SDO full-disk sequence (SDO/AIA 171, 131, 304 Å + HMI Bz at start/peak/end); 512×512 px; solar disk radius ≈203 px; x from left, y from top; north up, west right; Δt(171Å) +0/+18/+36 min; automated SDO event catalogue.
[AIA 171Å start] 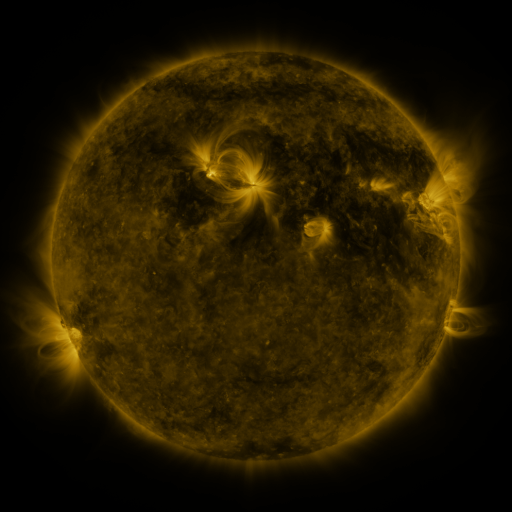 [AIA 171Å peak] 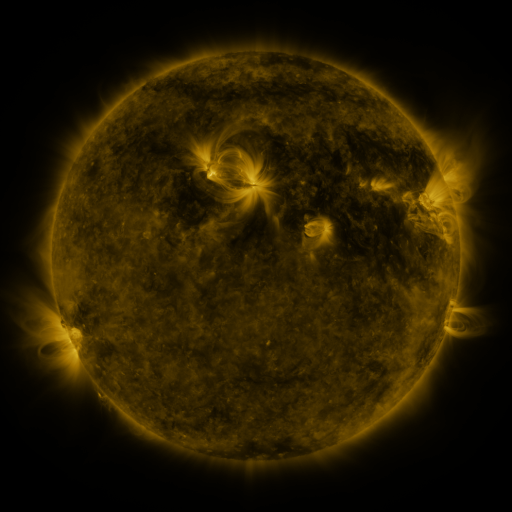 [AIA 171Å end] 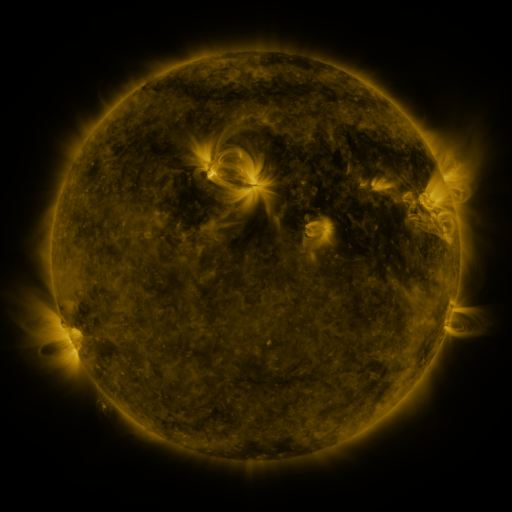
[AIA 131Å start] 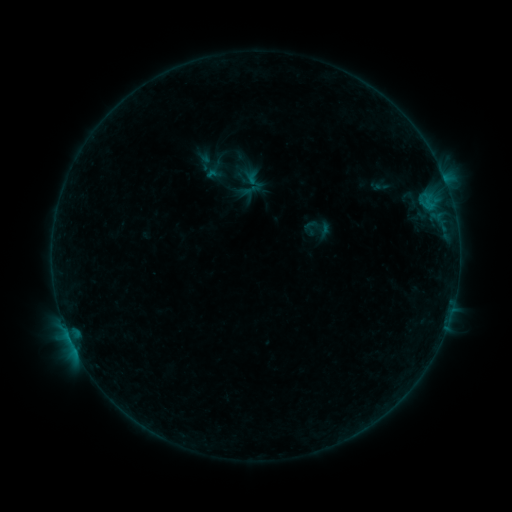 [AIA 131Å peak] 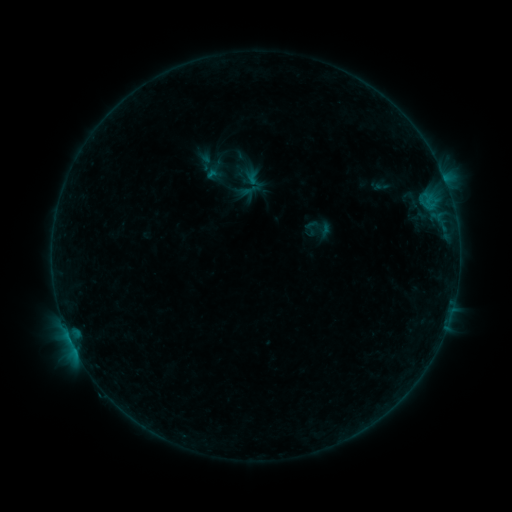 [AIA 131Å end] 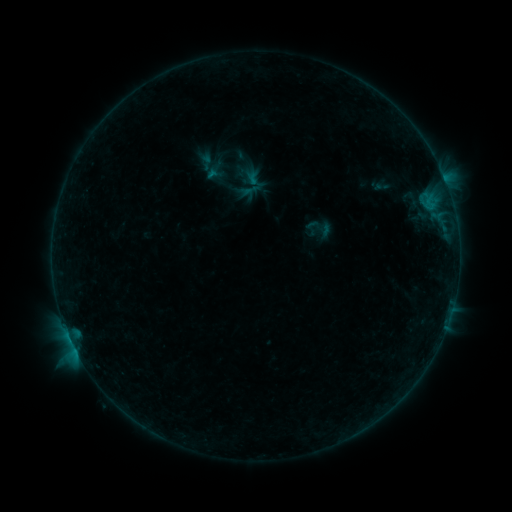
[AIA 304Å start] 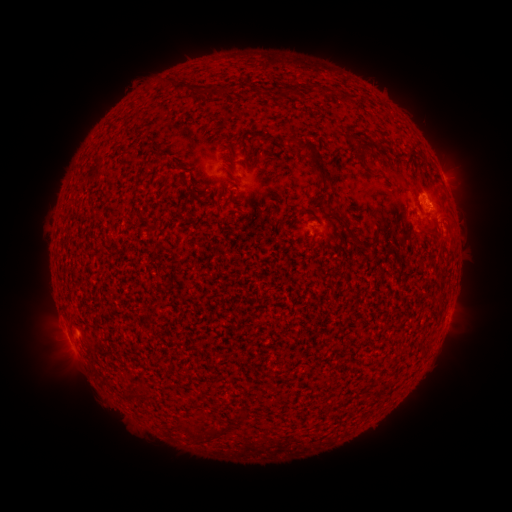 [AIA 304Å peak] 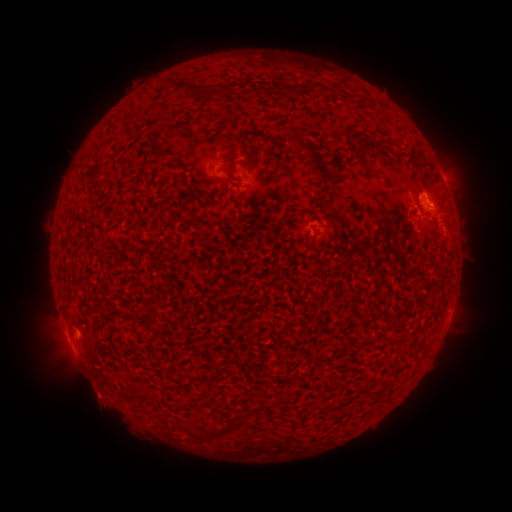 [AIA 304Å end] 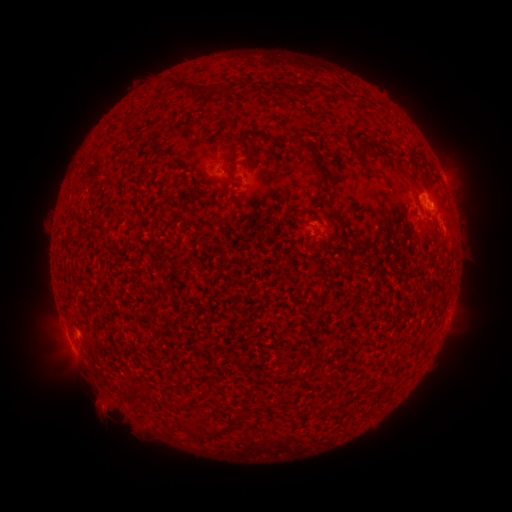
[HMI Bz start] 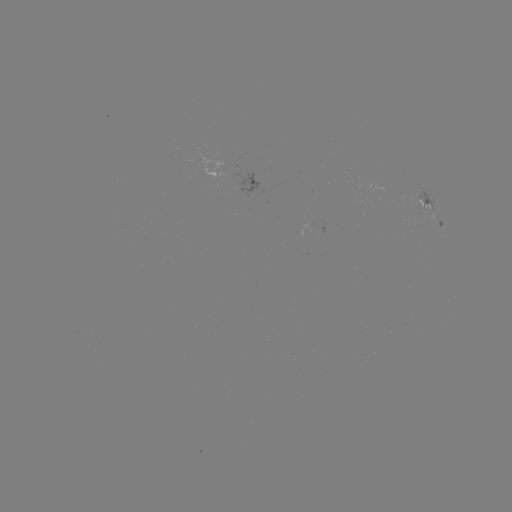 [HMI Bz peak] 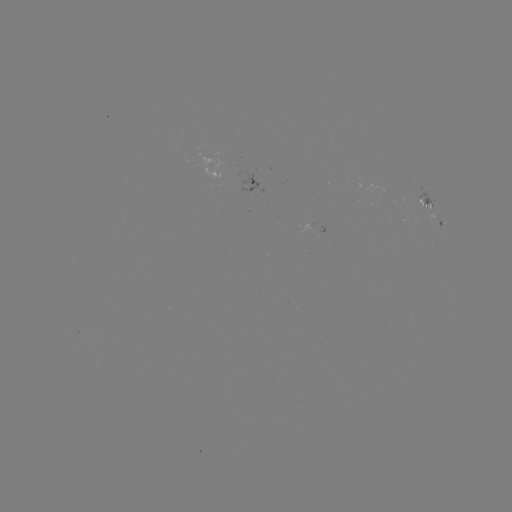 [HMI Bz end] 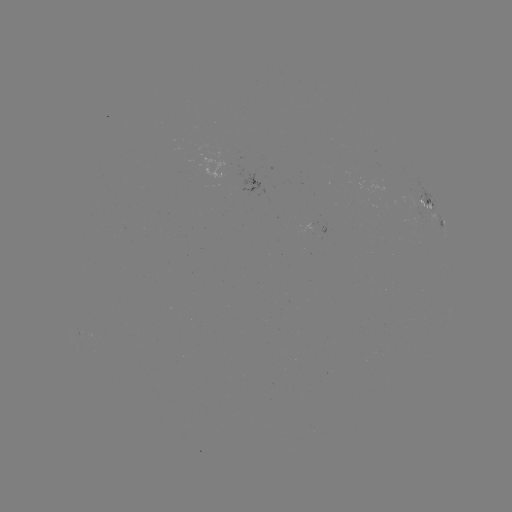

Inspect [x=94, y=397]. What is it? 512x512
eruption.